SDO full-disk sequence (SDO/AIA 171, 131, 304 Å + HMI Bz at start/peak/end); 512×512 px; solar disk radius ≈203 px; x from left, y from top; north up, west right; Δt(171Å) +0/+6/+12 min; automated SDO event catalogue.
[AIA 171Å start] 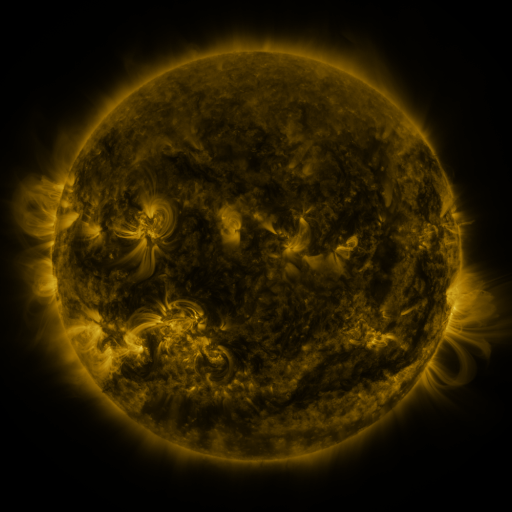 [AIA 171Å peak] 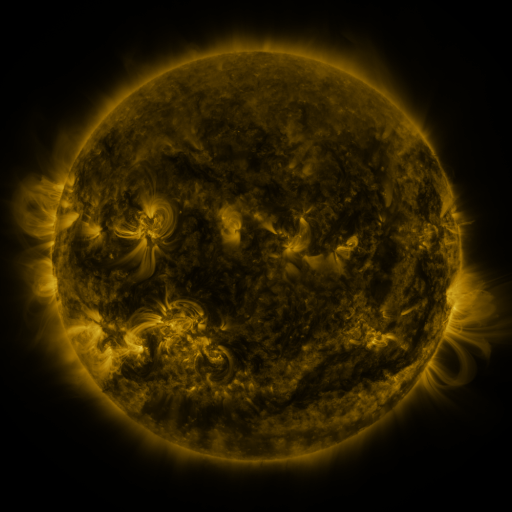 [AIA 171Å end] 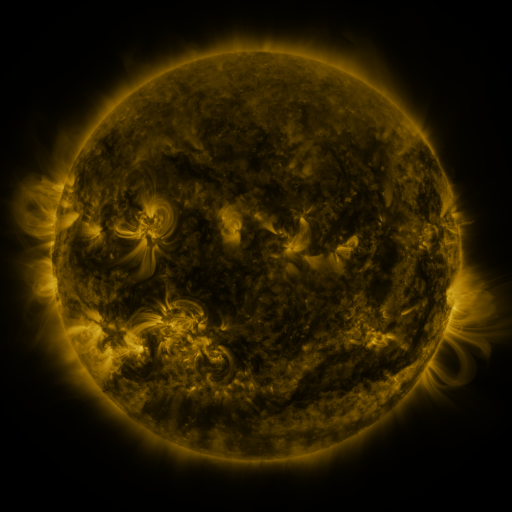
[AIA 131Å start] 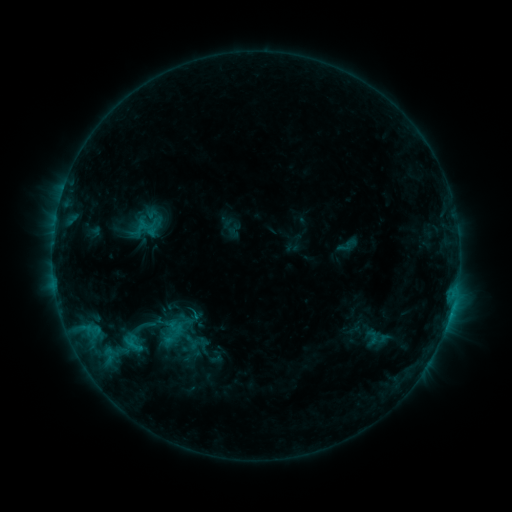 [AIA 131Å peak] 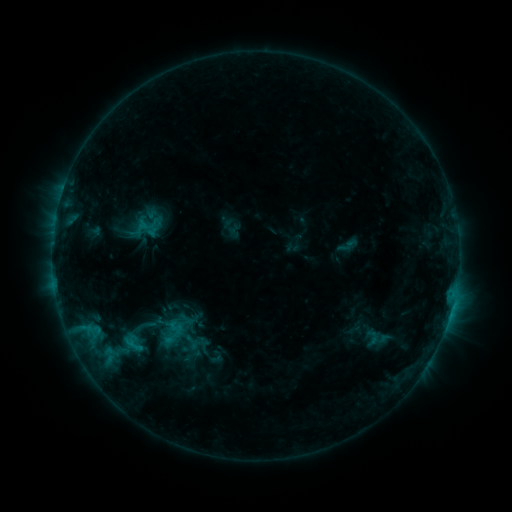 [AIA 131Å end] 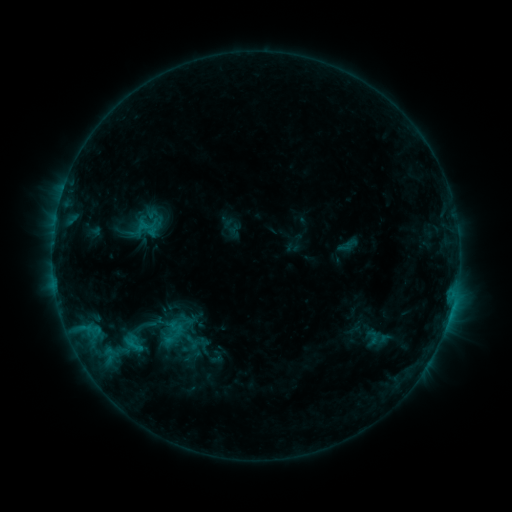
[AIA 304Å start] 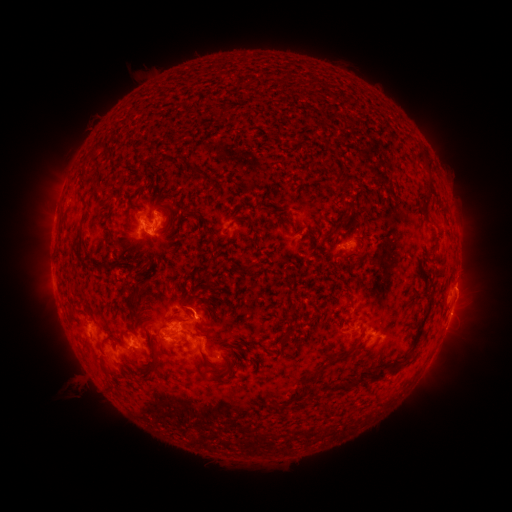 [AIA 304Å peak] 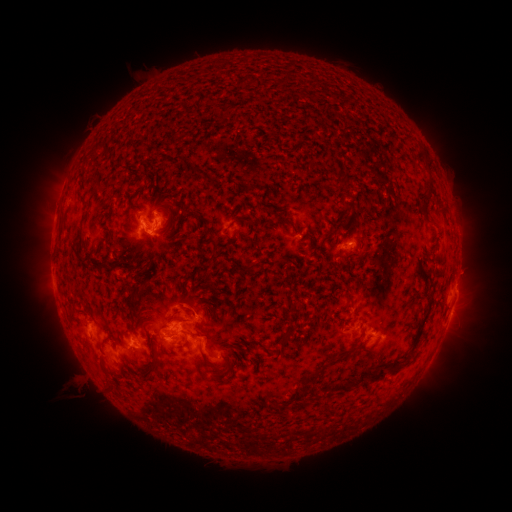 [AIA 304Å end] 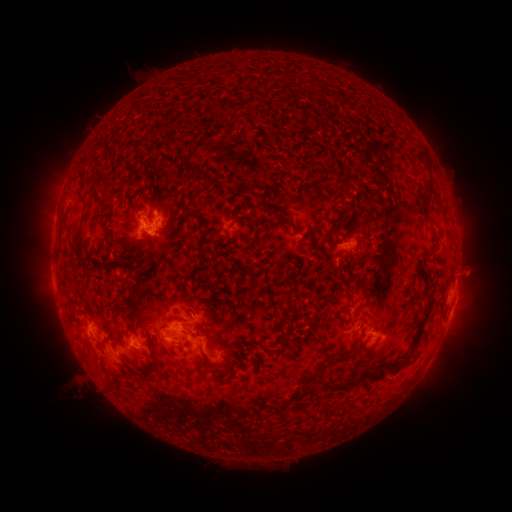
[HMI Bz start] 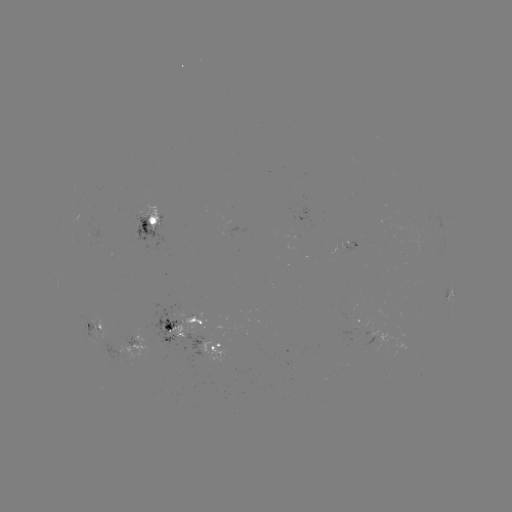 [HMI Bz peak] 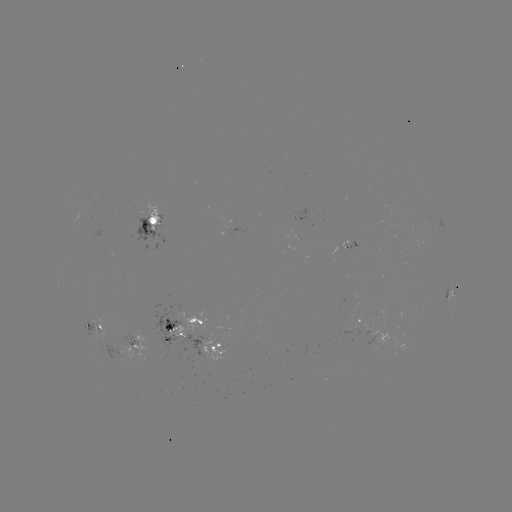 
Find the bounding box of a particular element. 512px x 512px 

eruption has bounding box [449, 250, 494, 300].